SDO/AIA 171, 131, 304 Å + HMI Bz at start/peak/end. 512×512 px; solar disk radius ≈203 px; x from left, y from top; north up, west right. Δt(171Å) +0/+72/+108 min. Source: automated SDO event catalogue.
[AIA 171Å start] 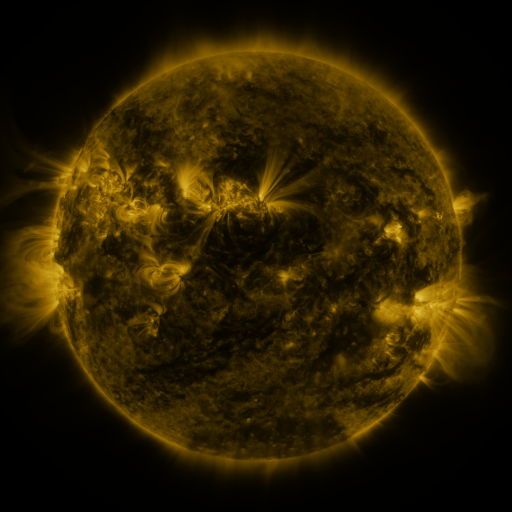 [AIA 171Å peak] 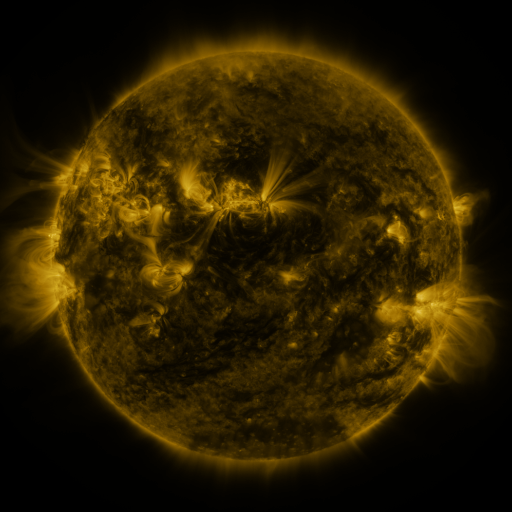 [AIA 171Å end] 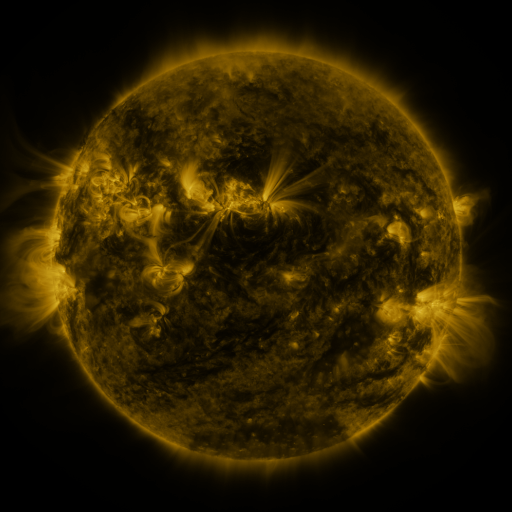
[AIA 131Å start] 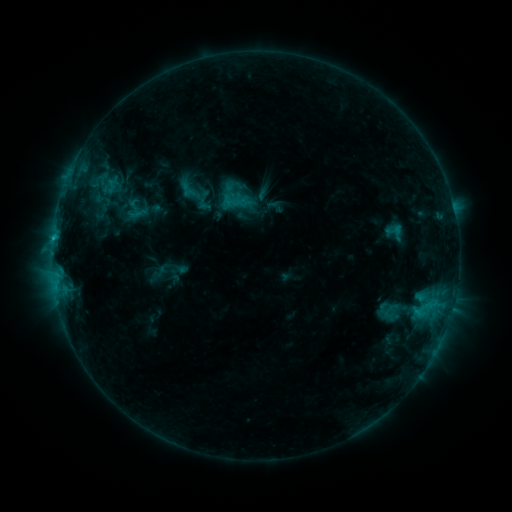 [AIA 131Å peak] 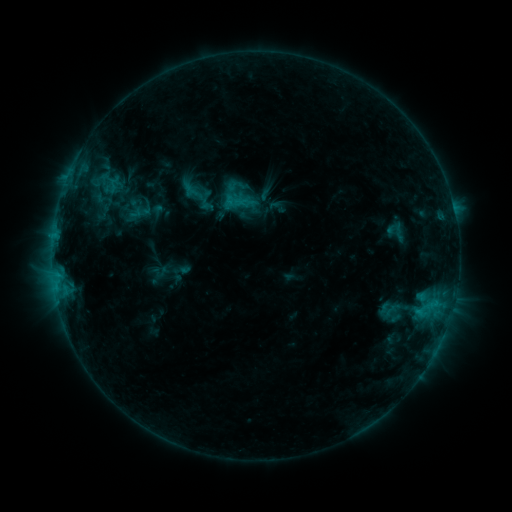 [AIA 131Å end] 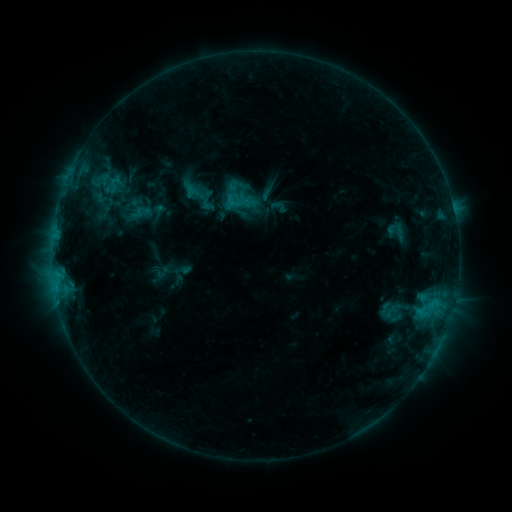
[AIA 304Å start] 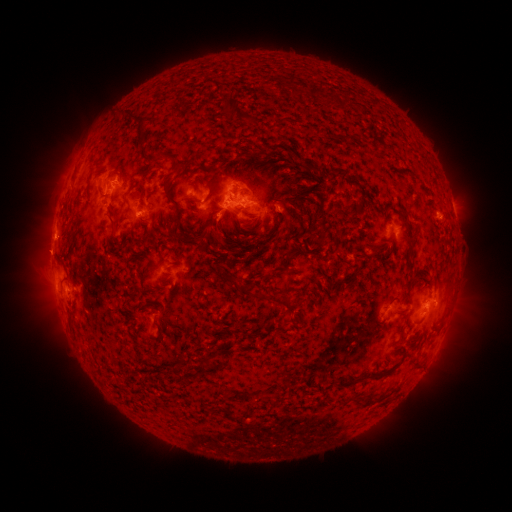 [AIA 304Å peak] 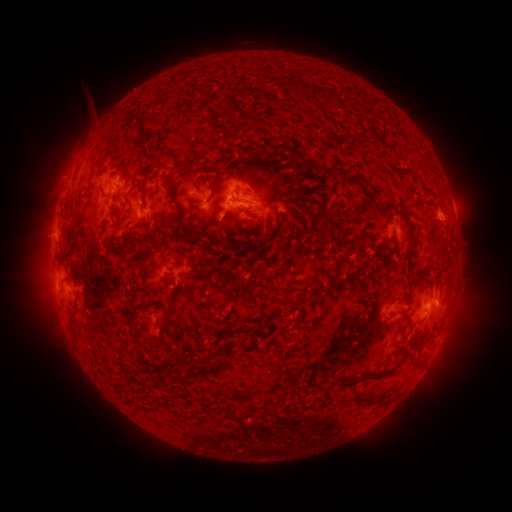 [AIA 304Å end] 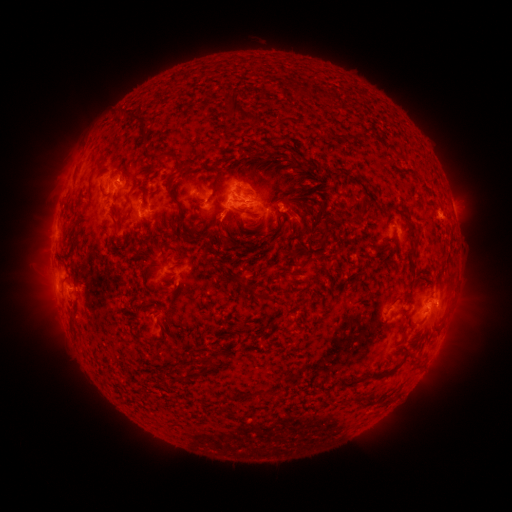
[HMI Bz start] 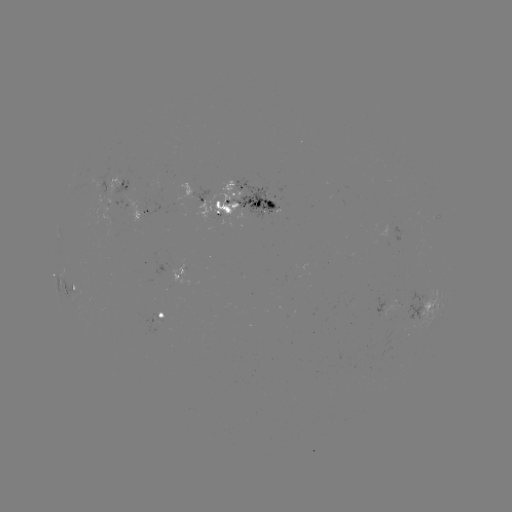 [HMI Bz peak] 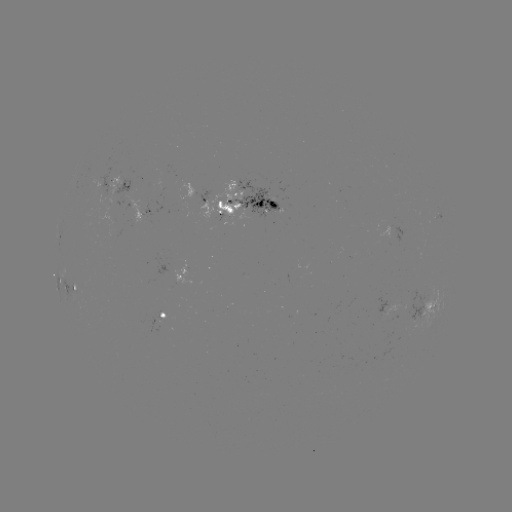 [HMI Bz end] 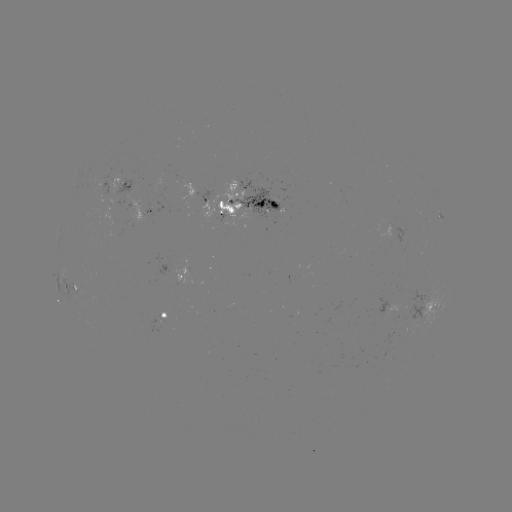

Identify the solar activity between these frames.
emerging-flux region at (220, 211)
